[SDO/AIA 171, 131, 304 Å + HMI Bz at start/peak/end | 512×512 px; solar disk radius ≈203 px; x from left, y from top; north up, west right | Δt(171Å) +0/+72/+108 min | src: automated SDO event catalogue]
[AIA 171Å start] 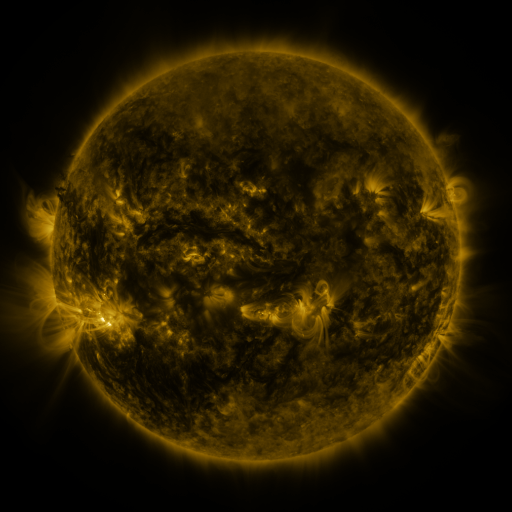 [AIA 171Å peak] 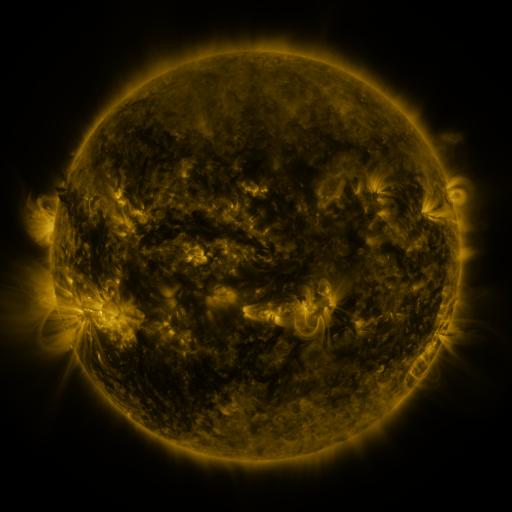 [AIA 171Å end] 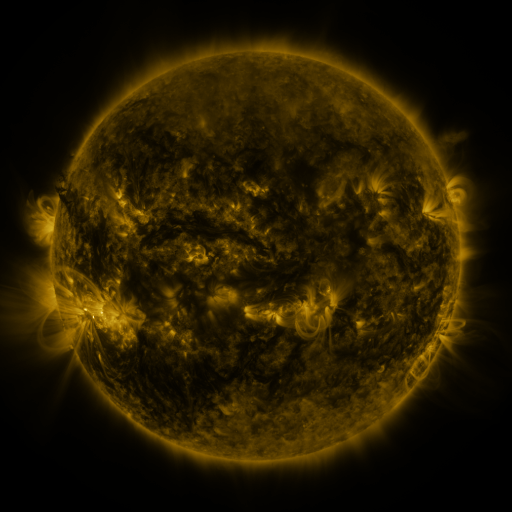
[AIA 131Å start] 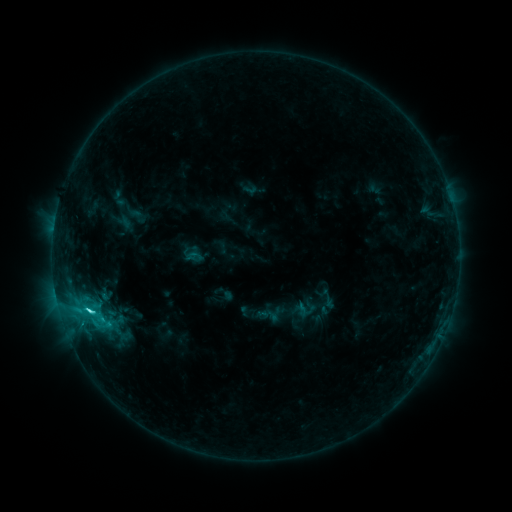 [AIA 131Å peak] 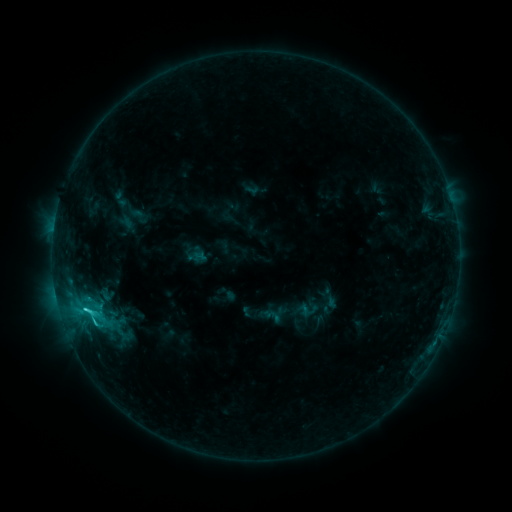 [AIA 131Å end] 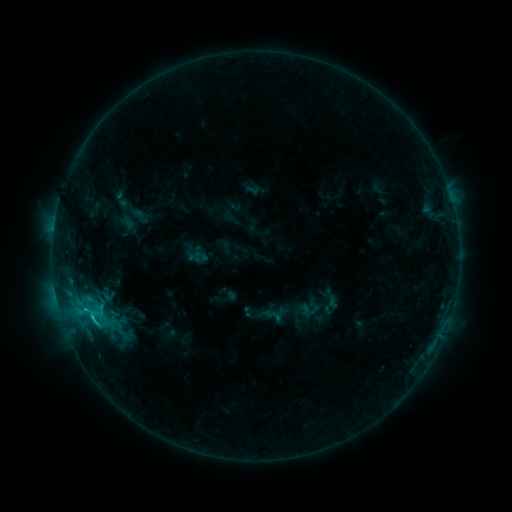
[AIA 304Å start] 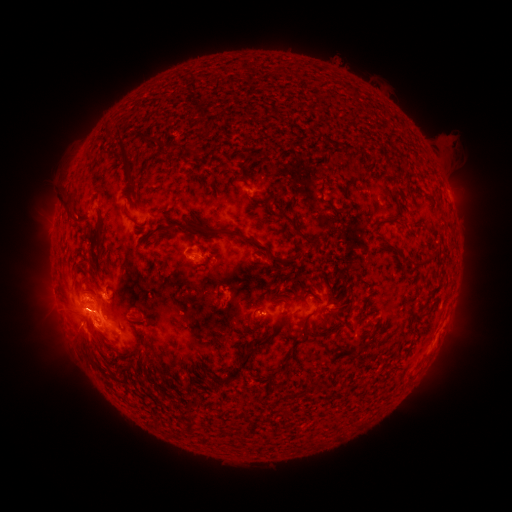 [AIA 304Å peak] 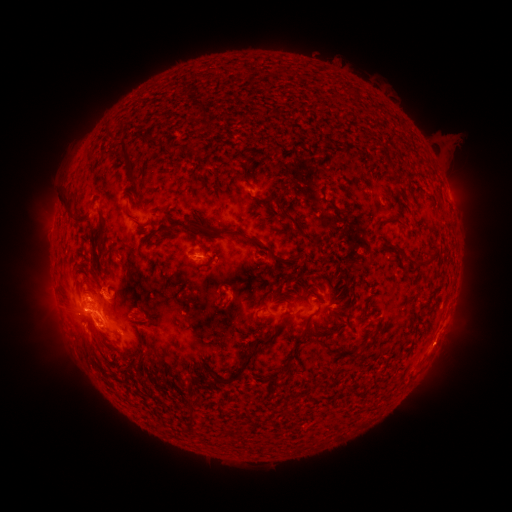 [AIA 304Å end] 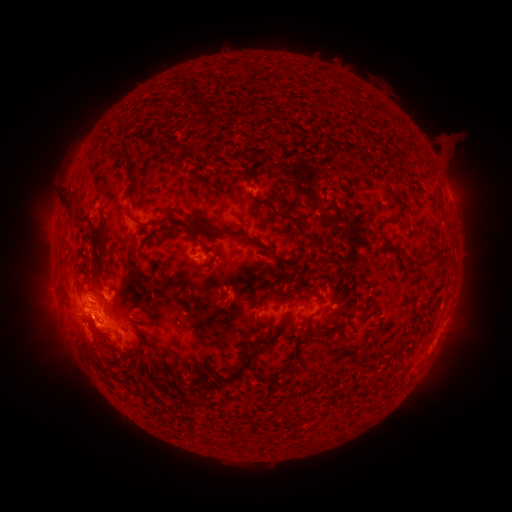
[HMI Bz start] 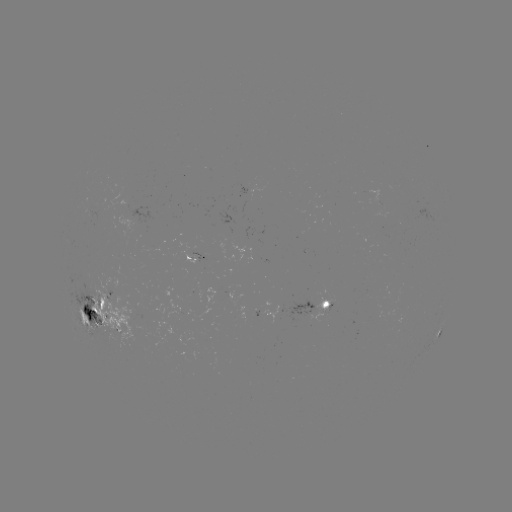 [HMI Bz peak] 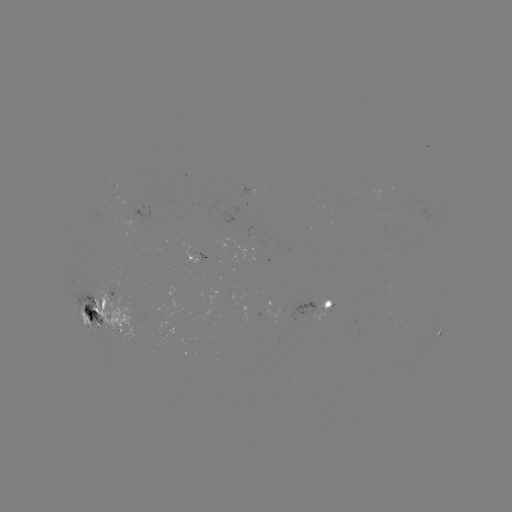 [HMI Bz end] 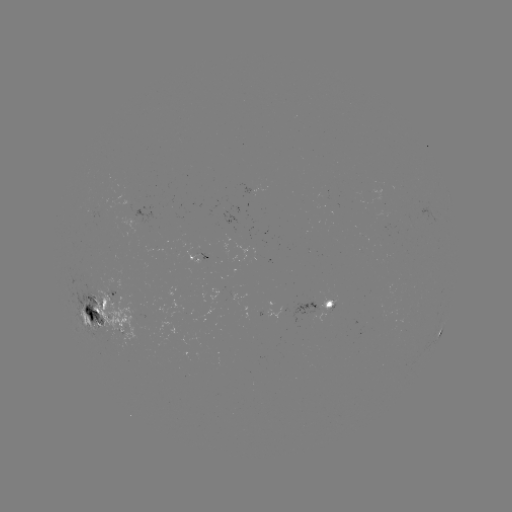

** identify emerging-flux region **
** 112,302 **